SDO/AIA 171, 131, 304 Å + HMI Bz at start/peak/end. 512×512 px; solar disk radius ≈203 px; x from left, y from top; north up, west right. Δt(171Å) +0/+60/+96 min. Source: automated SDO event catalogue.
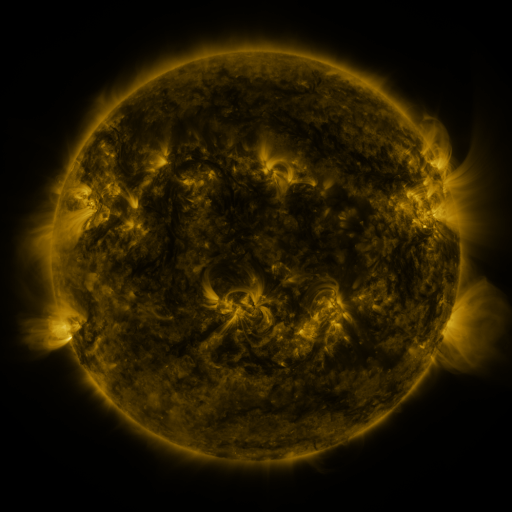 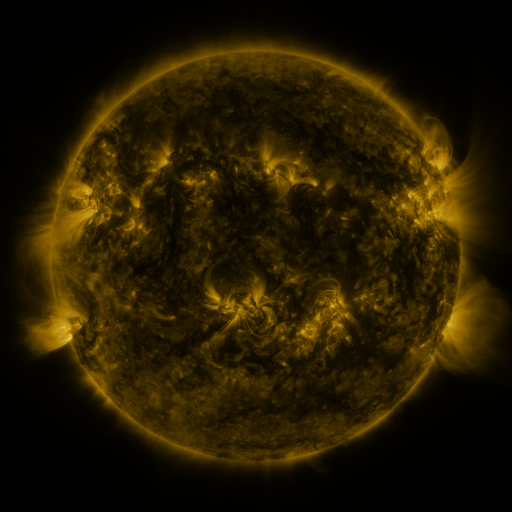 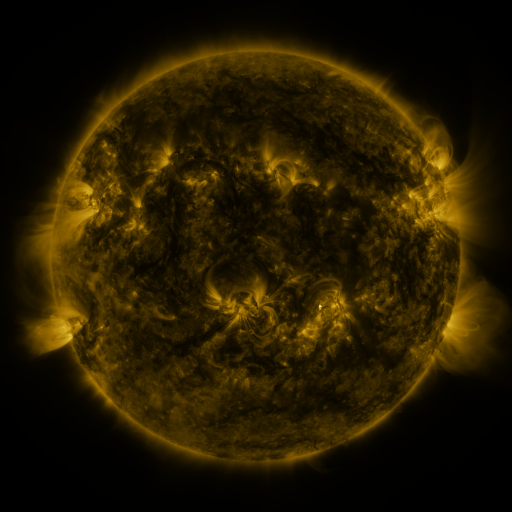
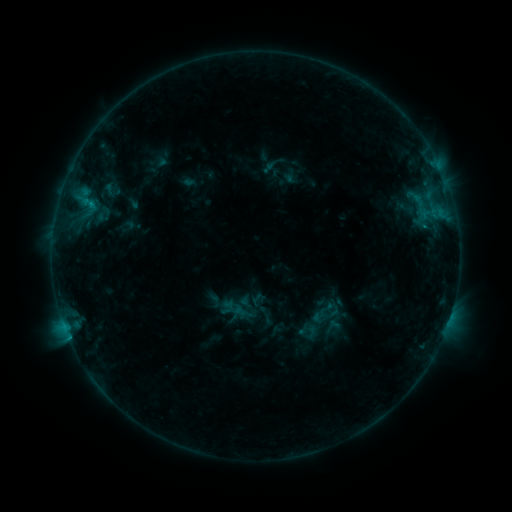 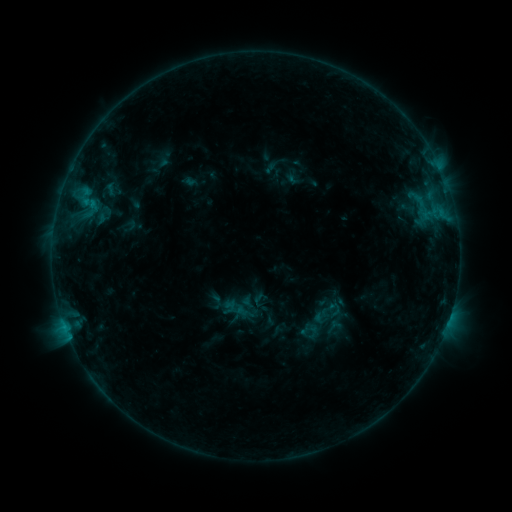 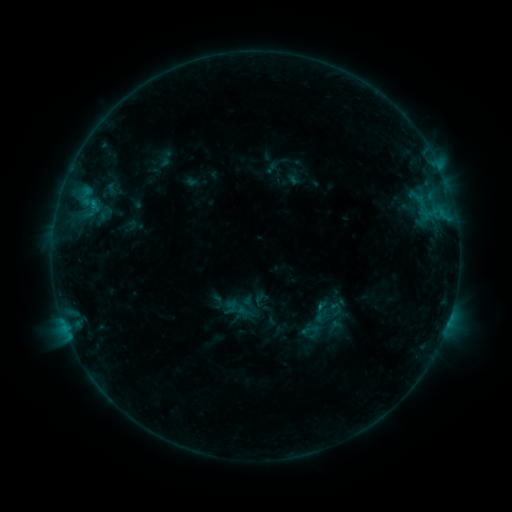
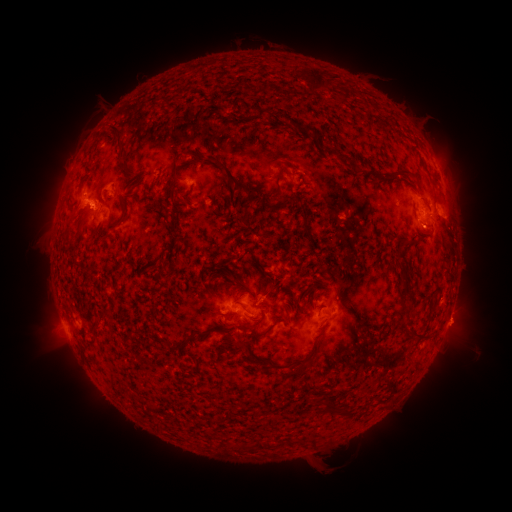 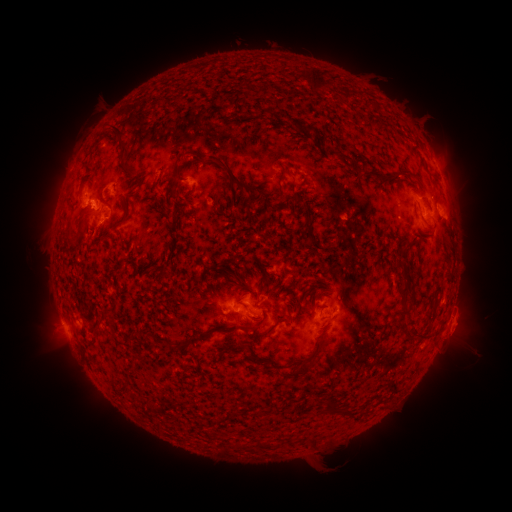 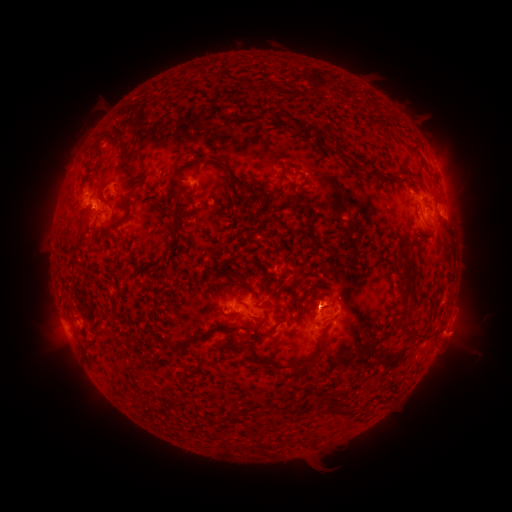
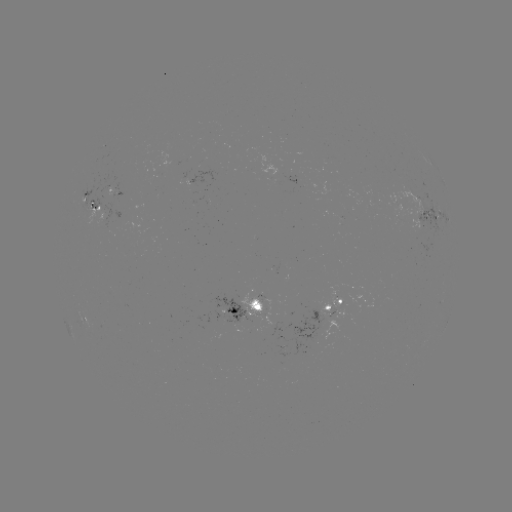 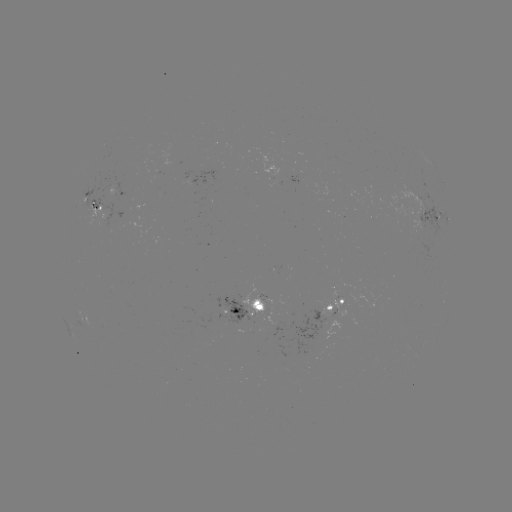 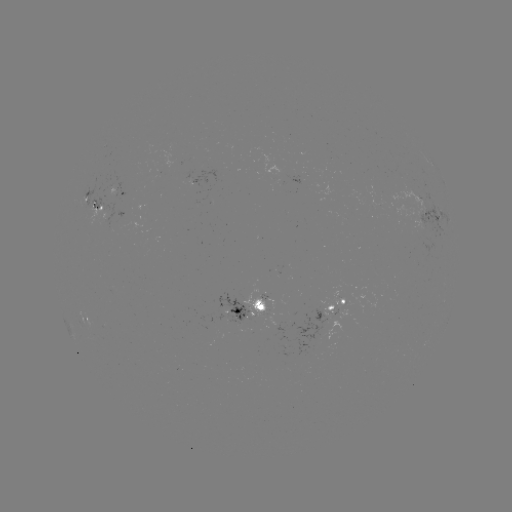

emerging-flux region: (319, 304, 332, 316)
